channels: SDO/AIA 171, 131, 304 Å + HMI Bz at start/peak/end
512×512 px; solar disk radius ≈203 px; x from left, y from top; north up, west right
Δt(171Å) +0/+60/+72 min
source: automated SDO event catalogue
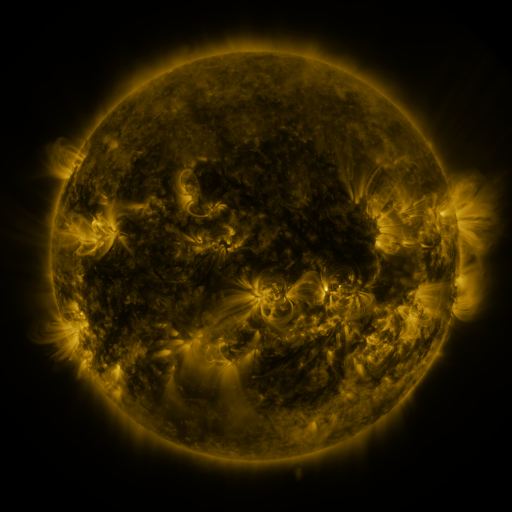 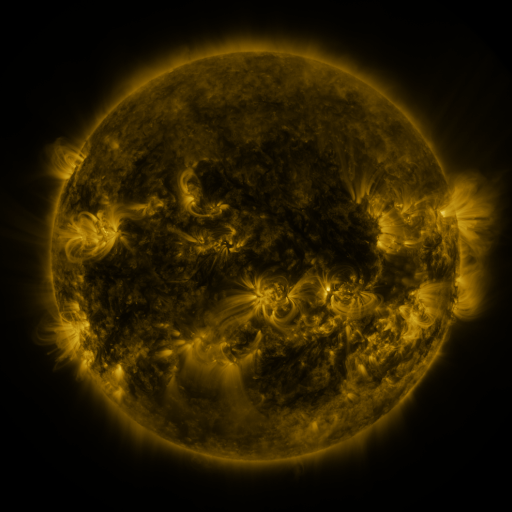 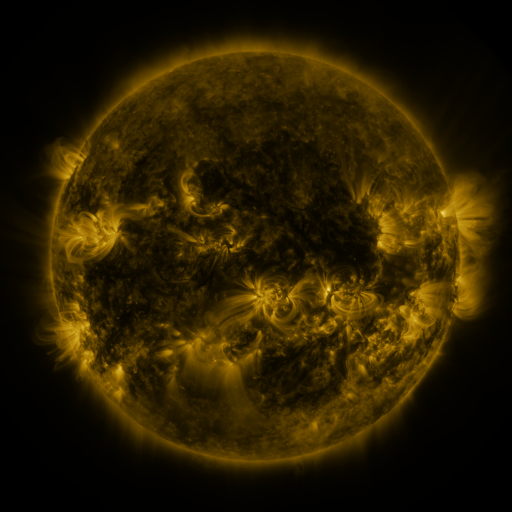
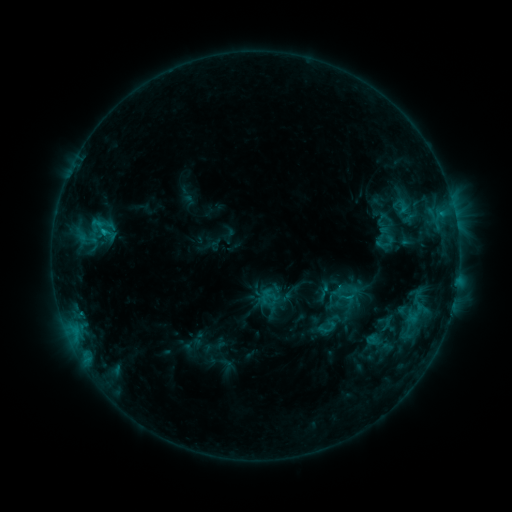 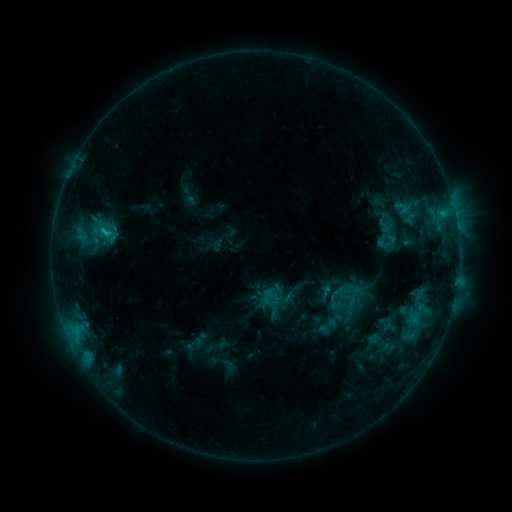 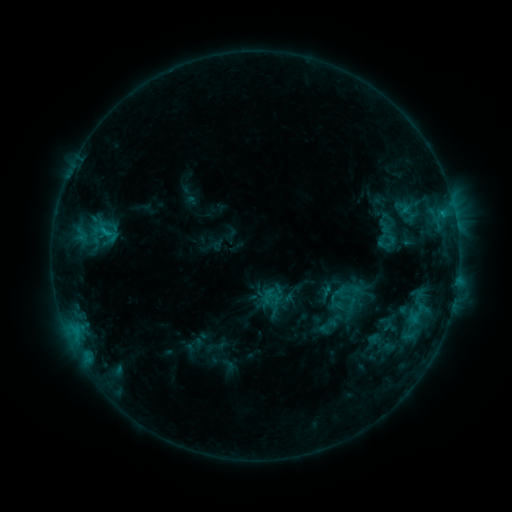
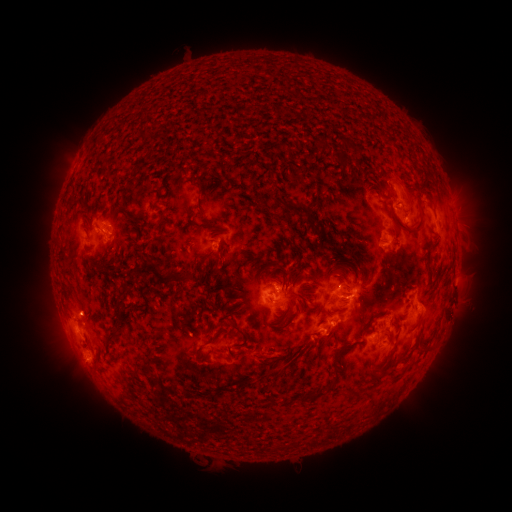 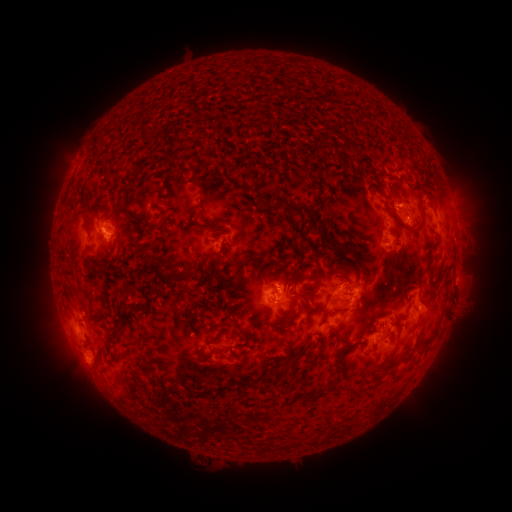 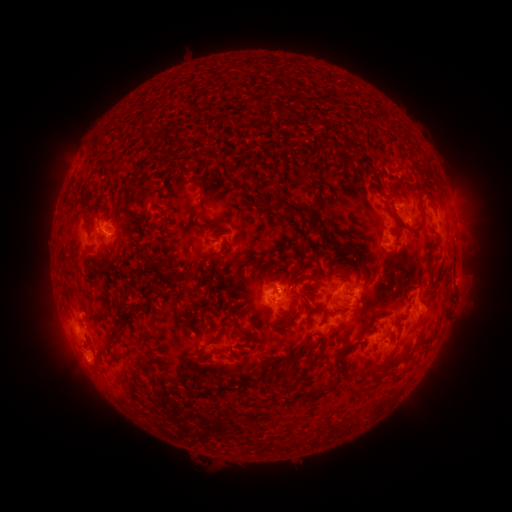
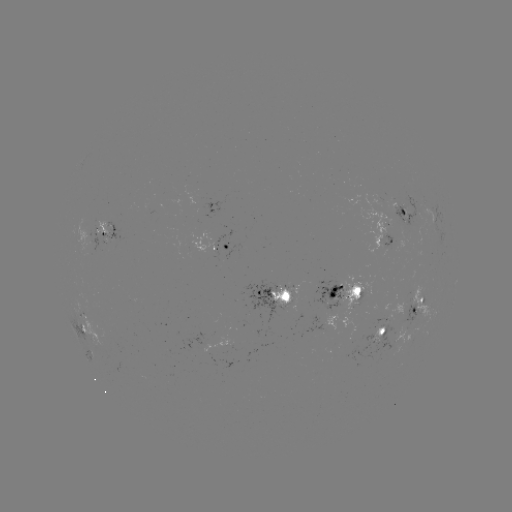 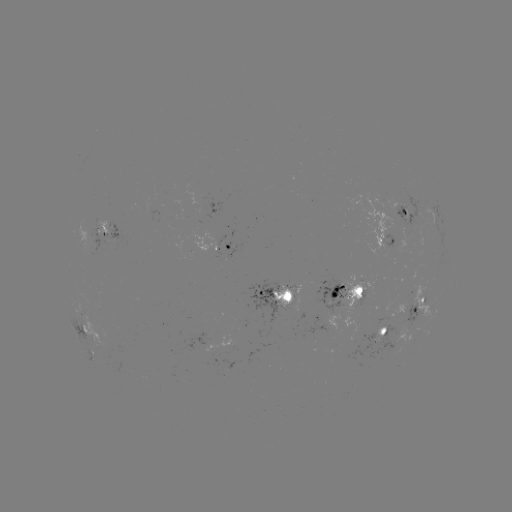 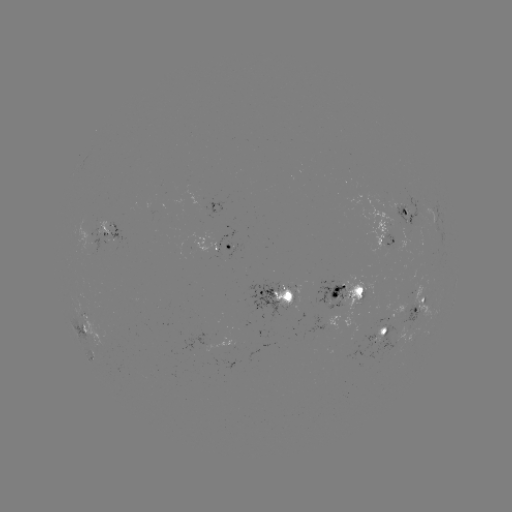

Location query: emerging-flux region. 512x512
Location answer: [414, 213].